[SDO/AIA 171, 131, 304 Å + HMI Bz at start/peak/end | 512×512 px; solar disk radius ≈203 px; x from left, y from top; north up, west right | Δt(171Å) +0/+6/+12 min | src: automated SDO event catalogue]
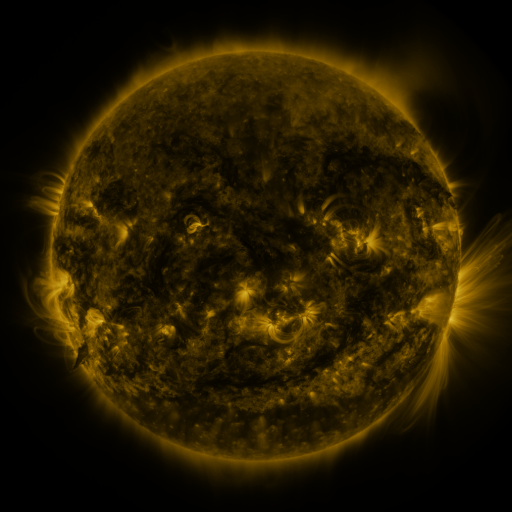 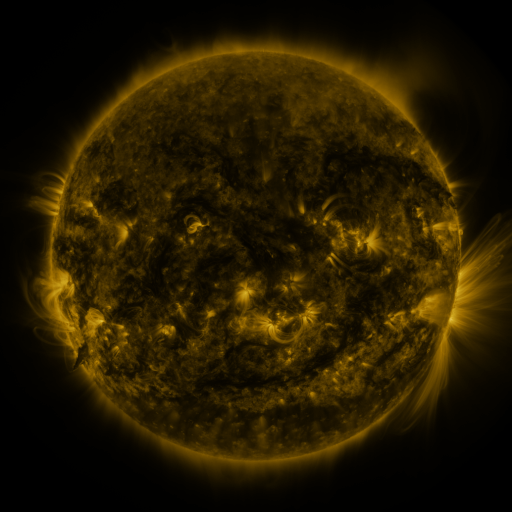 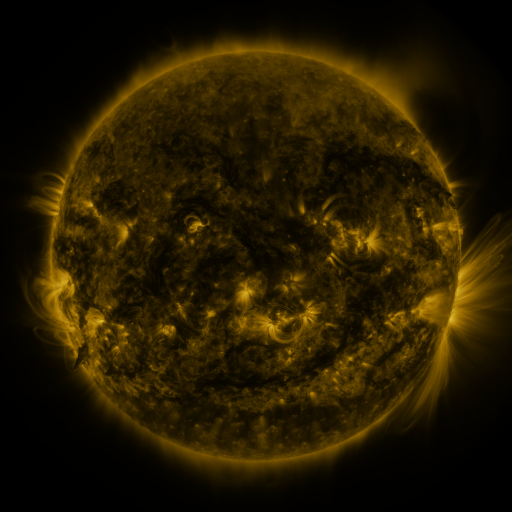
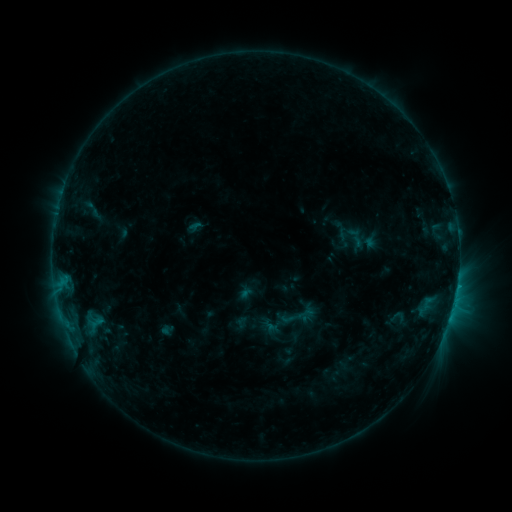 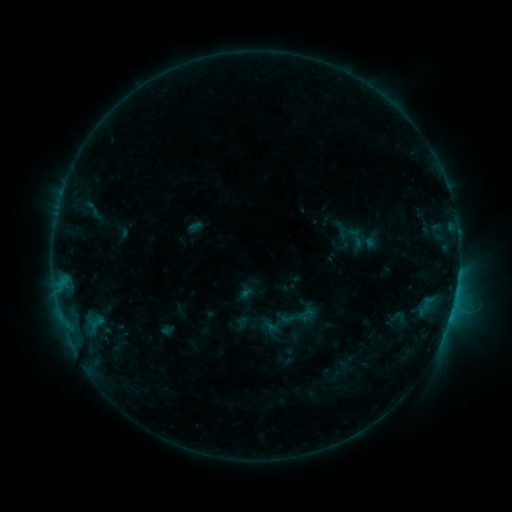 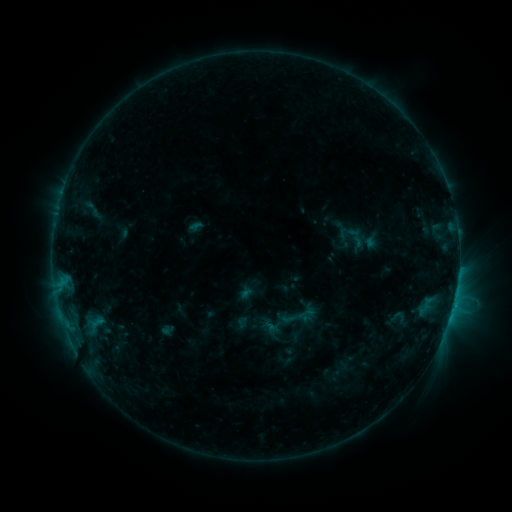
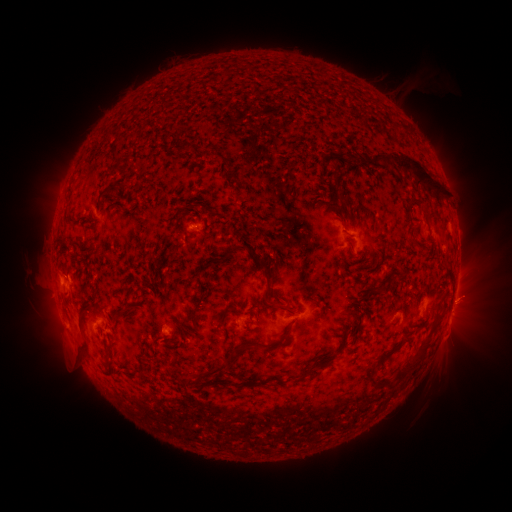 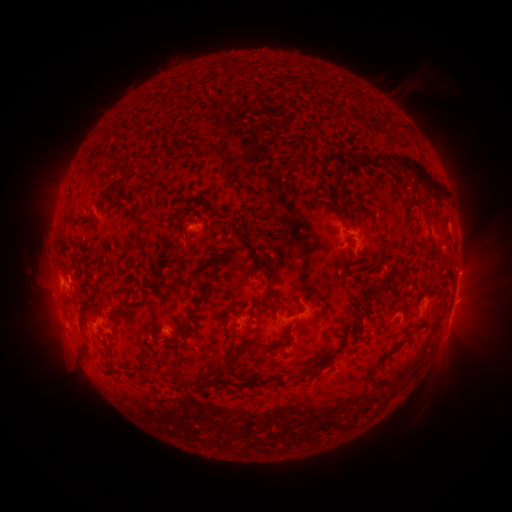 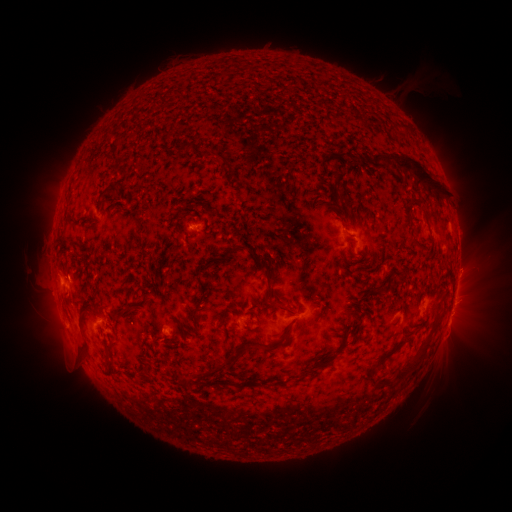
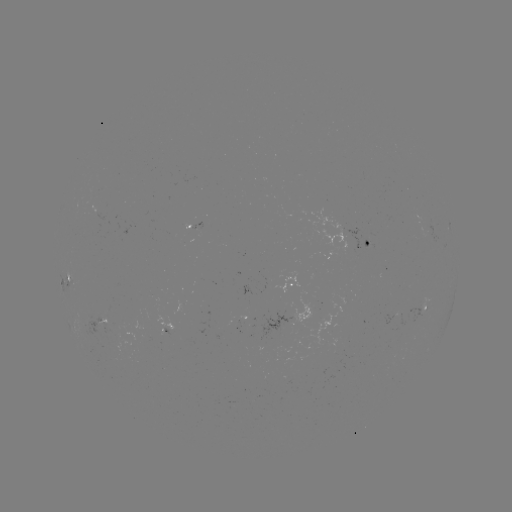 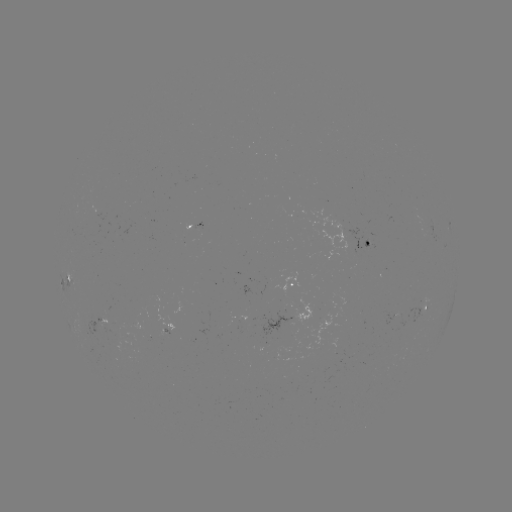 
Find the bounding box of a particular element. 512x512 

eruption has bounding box [440, 246, 495, 317].